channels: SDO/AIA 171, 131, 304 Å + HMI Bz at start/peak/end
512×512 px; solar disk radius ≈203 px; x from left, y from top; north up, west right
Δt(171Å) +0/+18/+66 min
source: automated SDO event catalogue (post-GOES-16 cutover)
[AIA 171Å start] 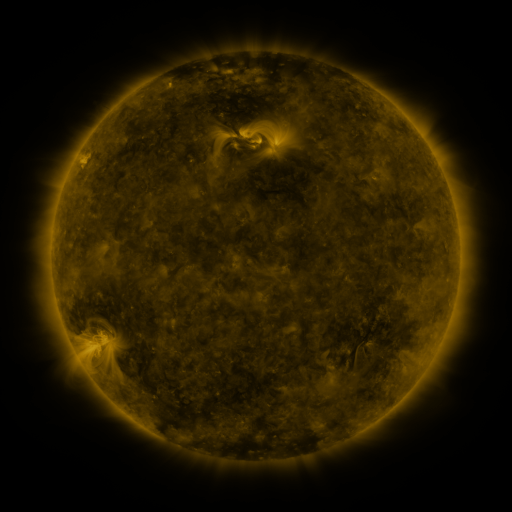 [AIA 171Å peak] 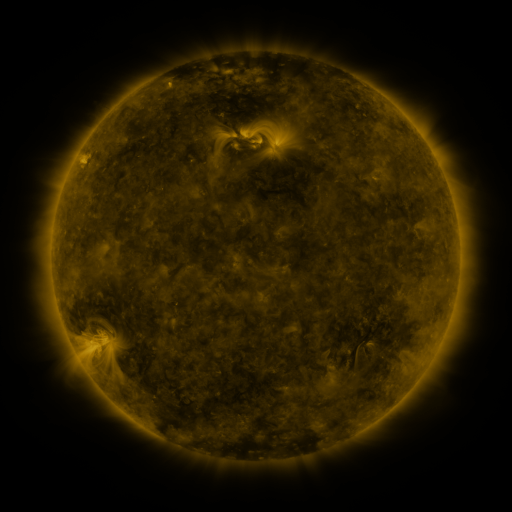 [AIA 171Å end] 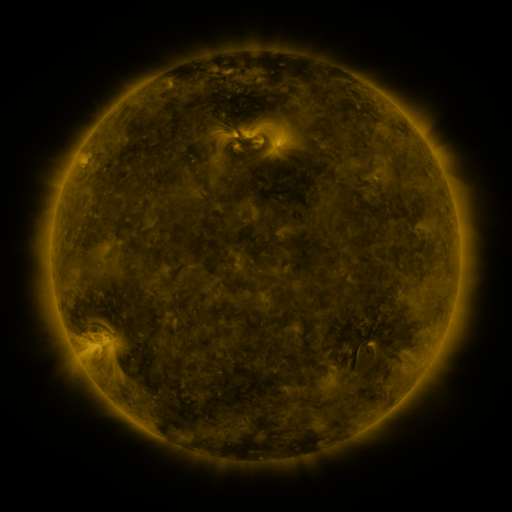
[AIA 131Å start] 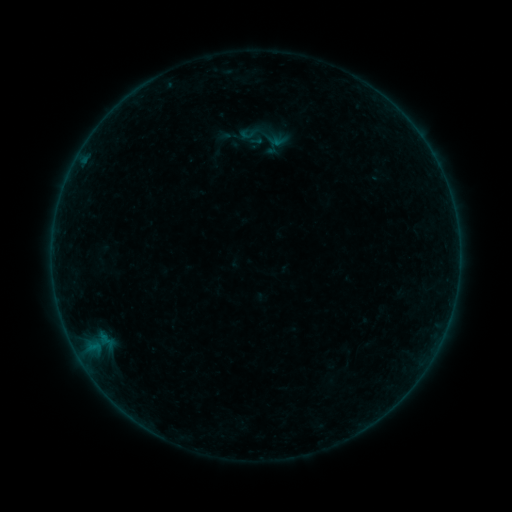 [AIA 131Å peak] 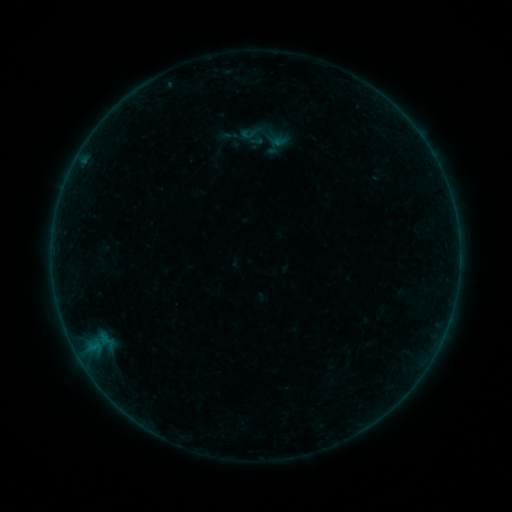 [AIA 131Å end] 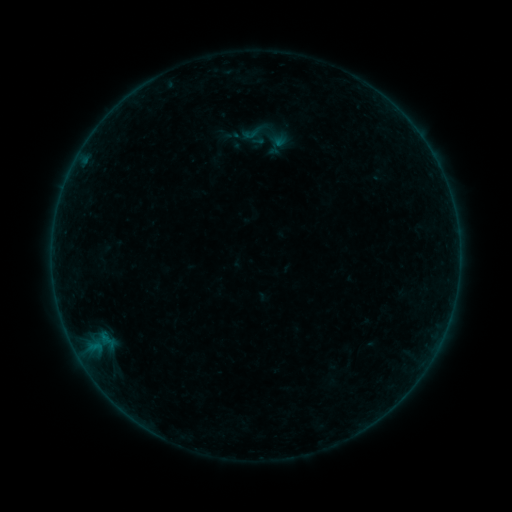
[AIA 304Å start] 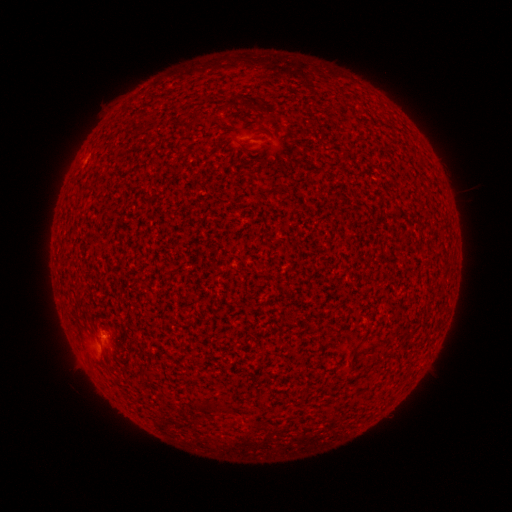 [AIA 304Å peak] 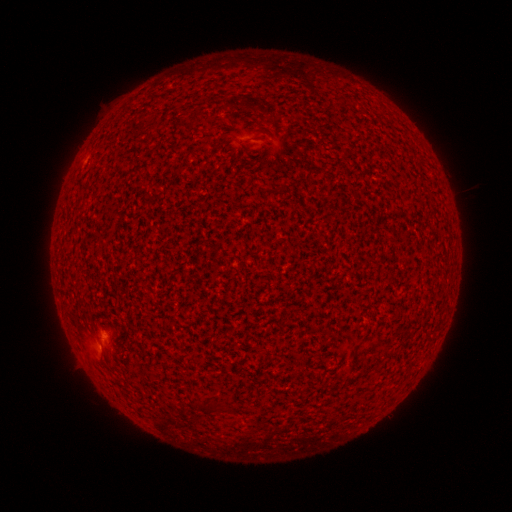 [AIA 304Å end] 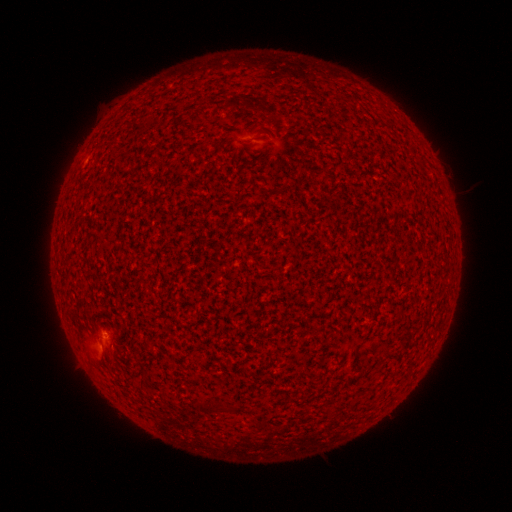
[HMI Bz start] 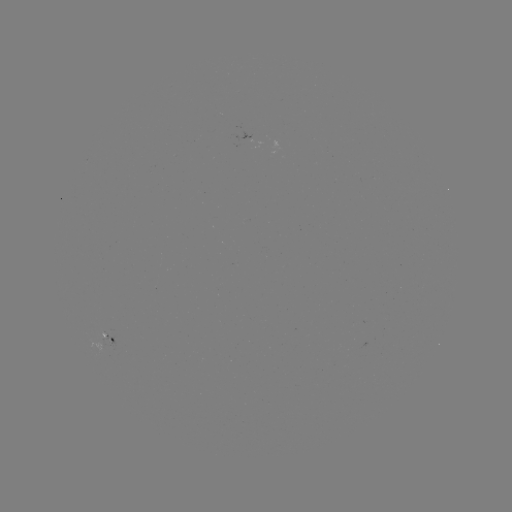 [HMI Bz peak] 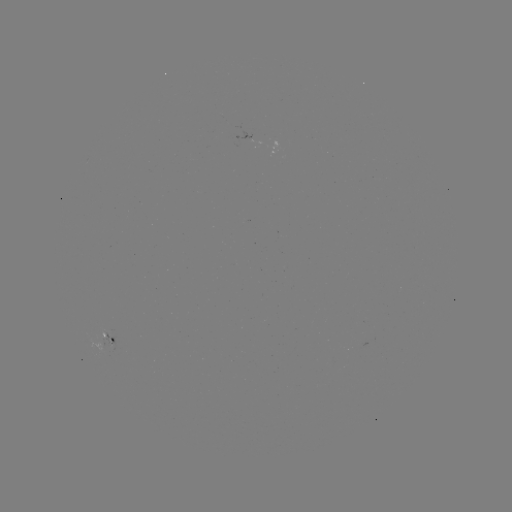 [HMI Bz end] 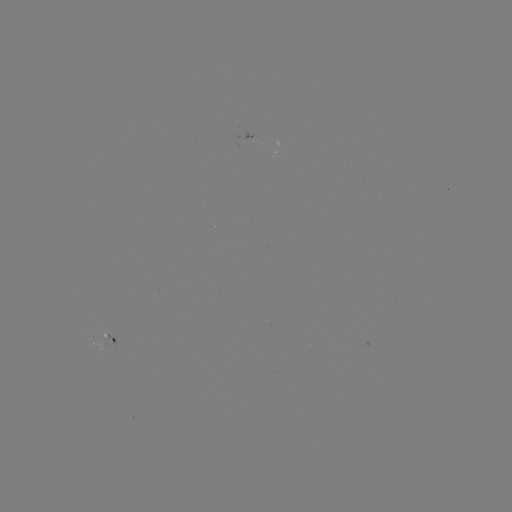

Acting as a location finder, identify B1.1 flare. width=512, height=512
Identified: (97, 345).